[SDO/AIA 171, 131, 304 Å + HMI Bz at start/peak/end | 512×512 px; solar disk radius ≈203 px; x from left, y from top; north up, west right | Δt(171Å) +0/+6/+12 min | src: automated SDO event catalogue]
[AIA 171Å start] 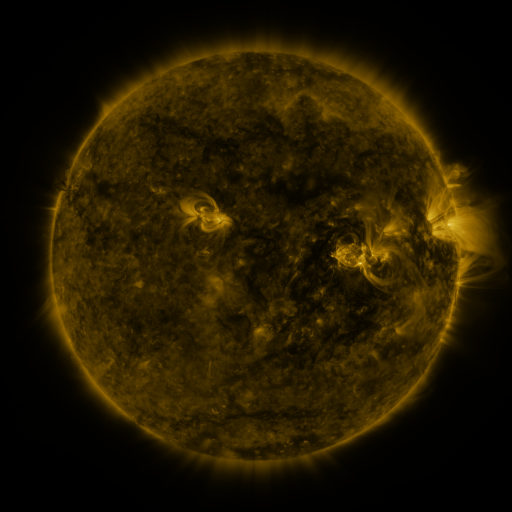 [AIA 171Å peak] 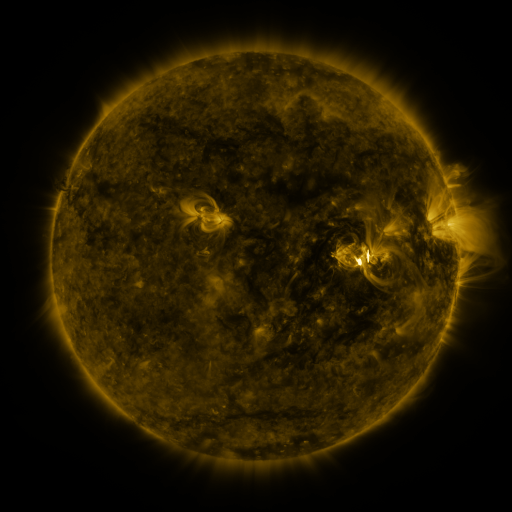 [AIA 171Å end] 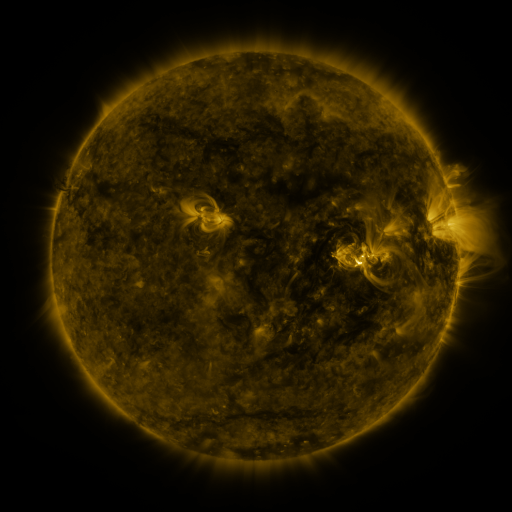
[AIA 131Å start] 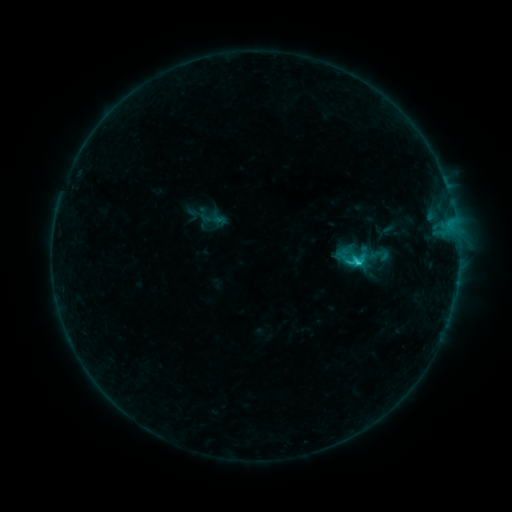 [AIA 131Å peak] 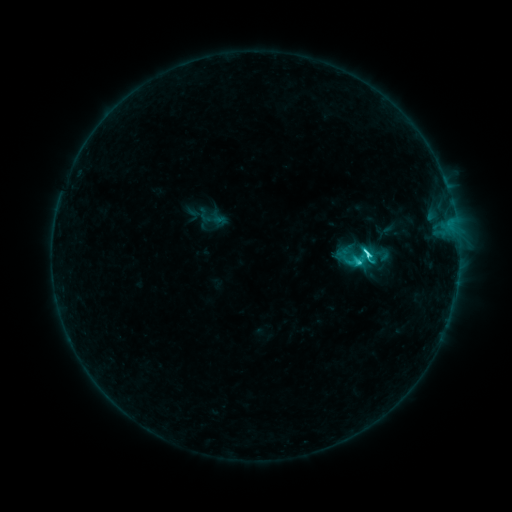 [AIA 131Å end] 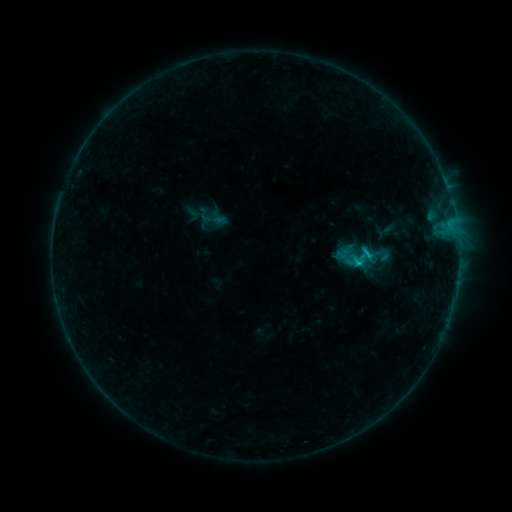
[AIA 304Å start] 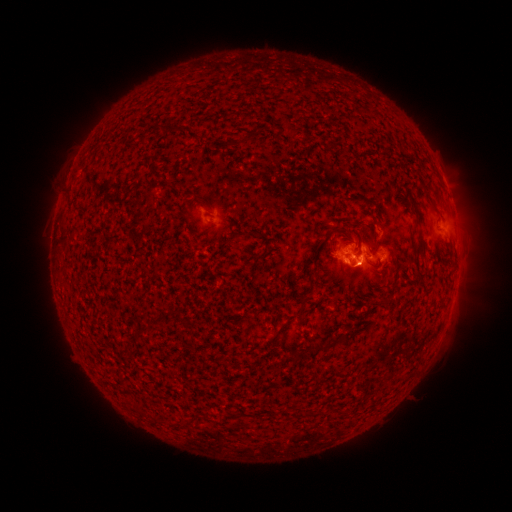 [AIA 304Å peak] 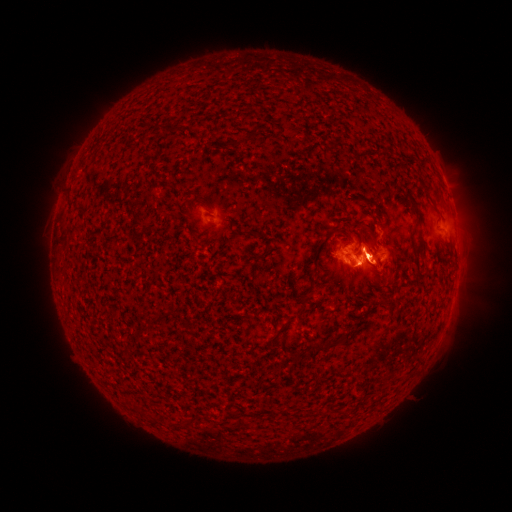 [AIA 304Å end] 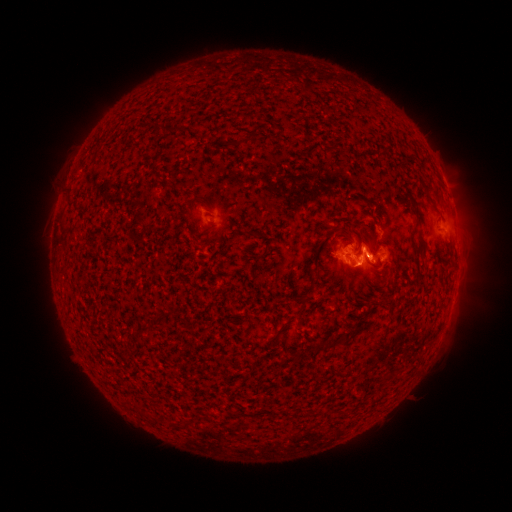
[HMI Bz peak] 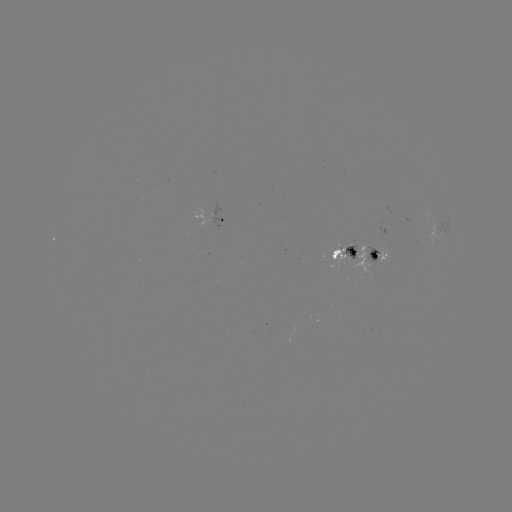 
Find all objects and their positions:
C2.5 flare: (366, 259)
